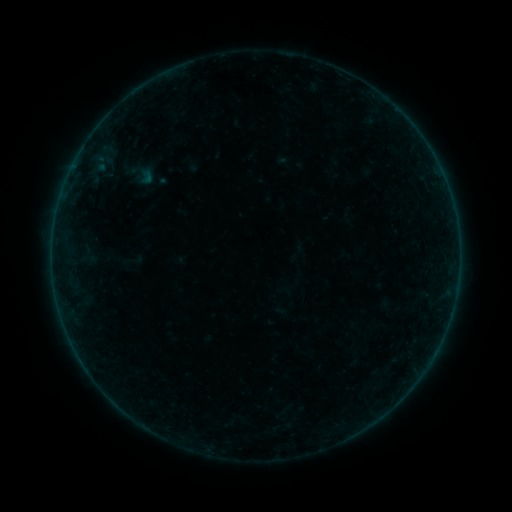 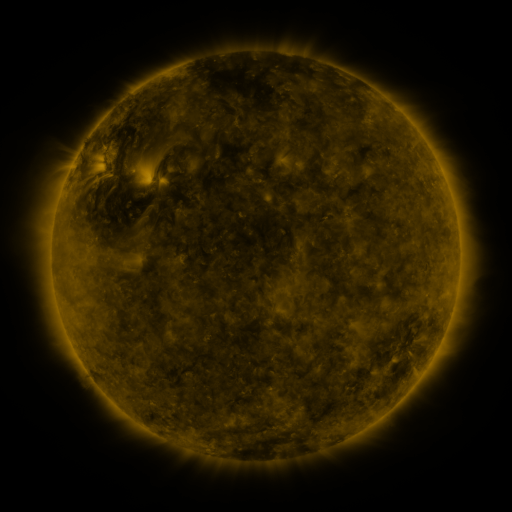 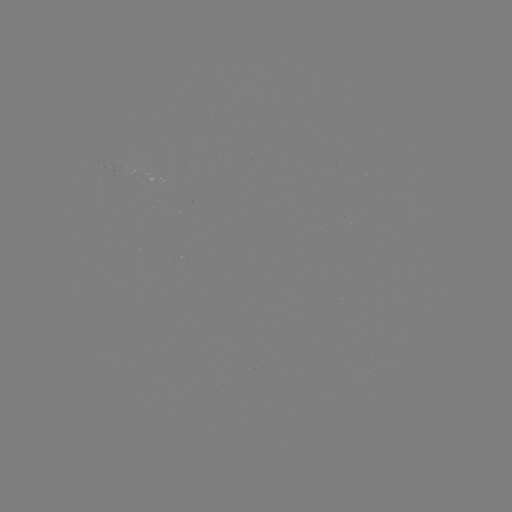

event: sigmoid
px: (146, 178)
